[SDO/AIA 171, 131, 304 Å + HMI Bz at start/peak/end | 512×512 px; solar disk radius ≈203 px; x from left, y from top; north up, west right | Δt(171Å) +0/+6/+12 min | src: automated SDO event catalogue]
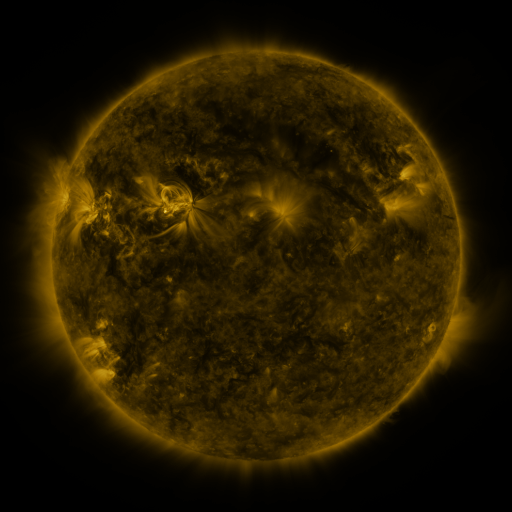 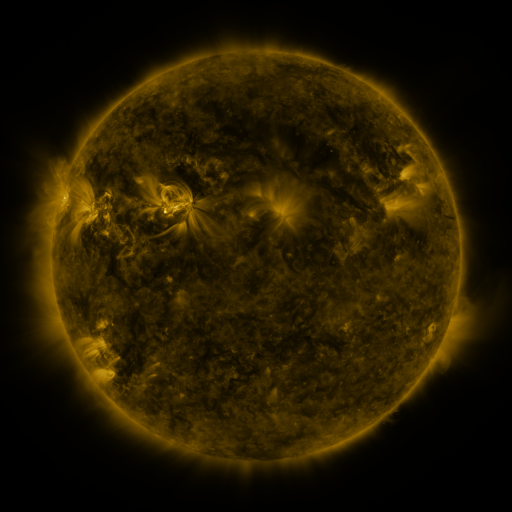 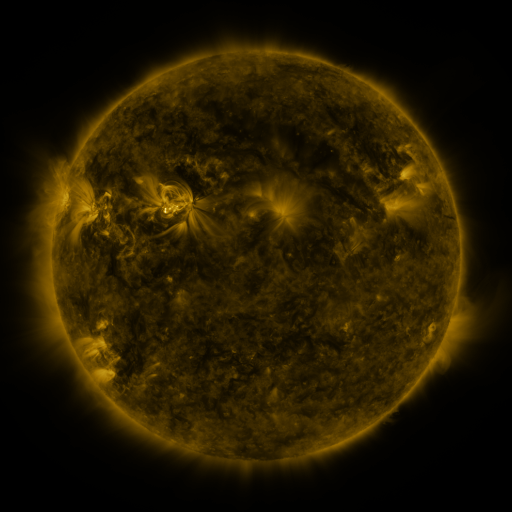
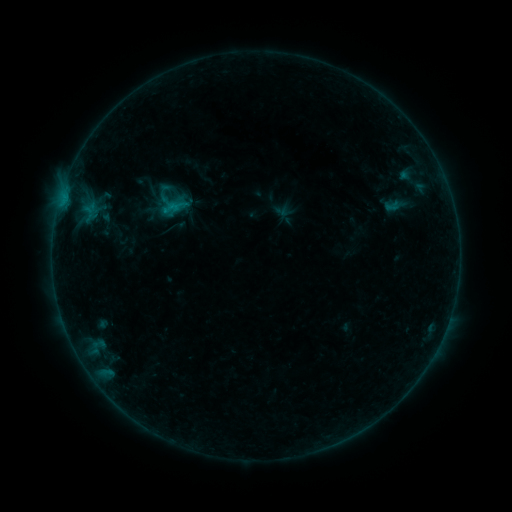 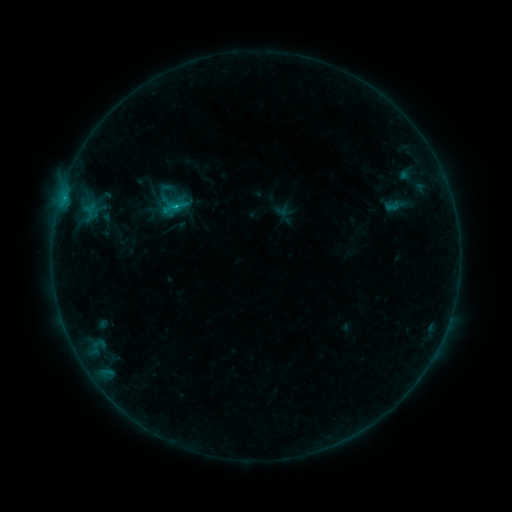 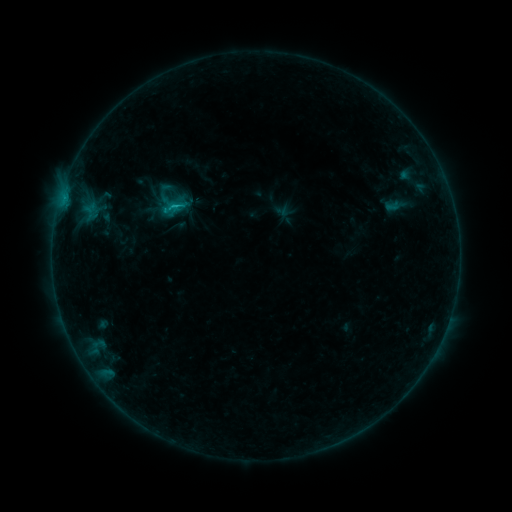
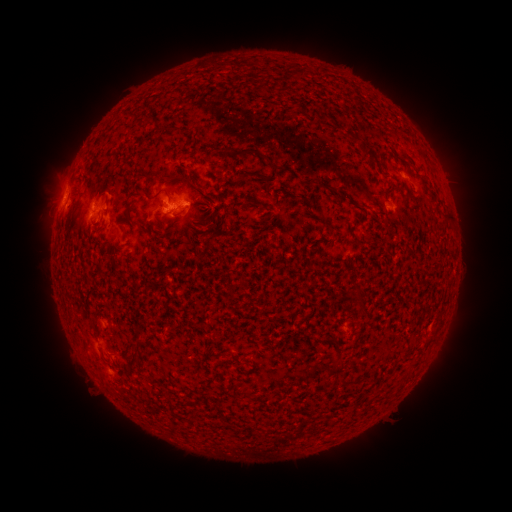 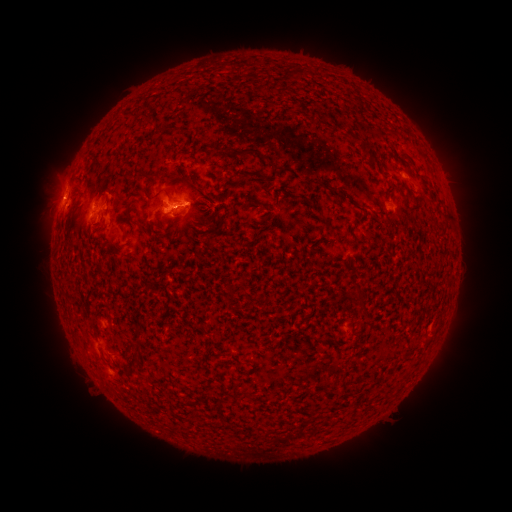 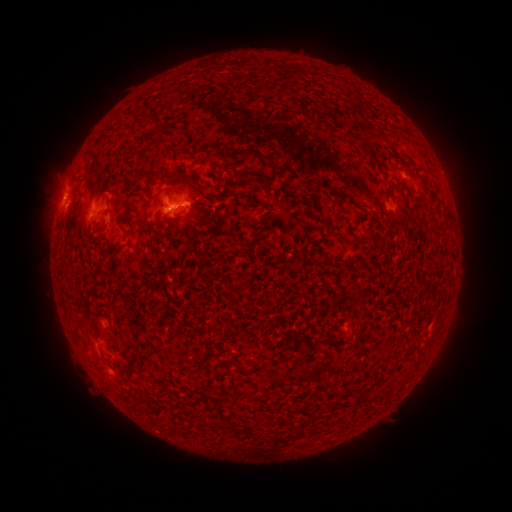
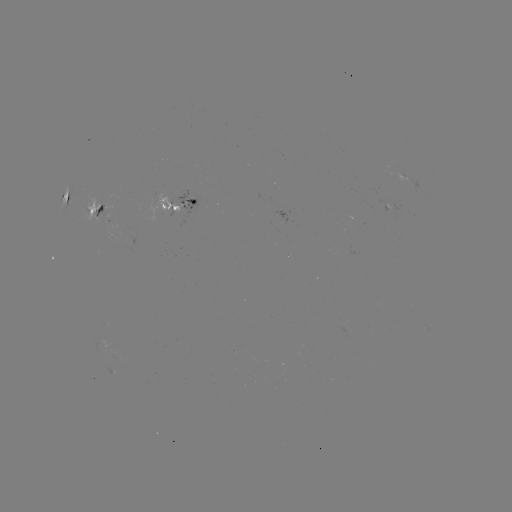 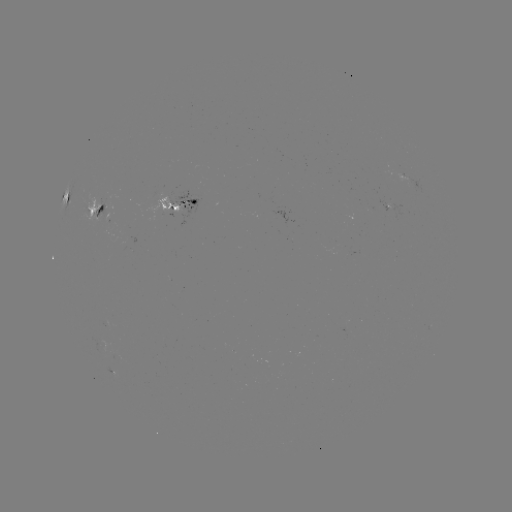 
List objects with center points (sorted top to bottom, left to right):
B8.7 flare: (177, 210)
